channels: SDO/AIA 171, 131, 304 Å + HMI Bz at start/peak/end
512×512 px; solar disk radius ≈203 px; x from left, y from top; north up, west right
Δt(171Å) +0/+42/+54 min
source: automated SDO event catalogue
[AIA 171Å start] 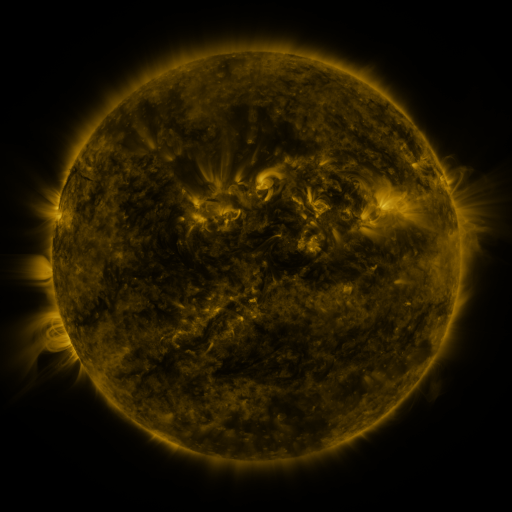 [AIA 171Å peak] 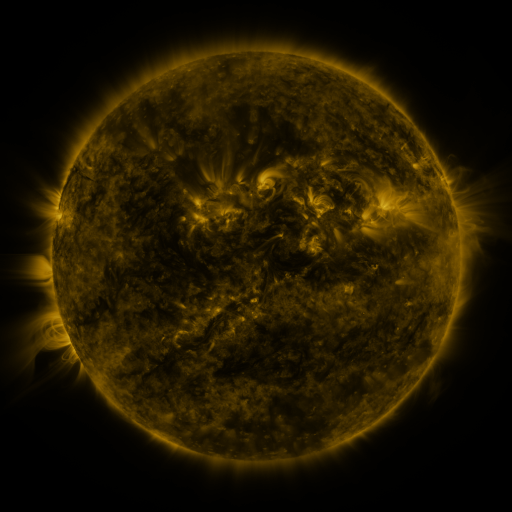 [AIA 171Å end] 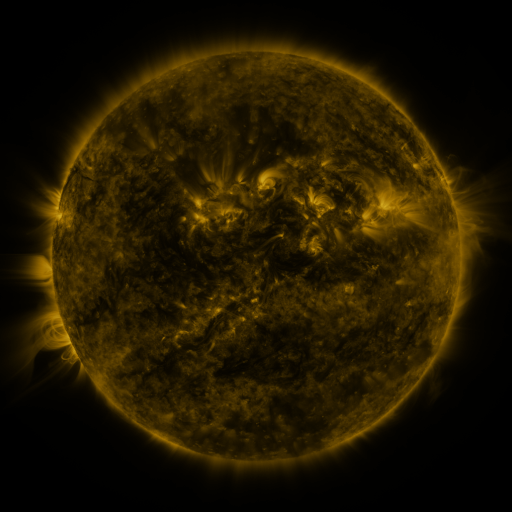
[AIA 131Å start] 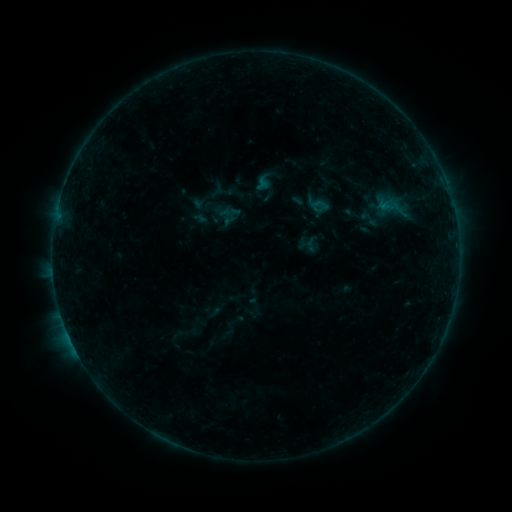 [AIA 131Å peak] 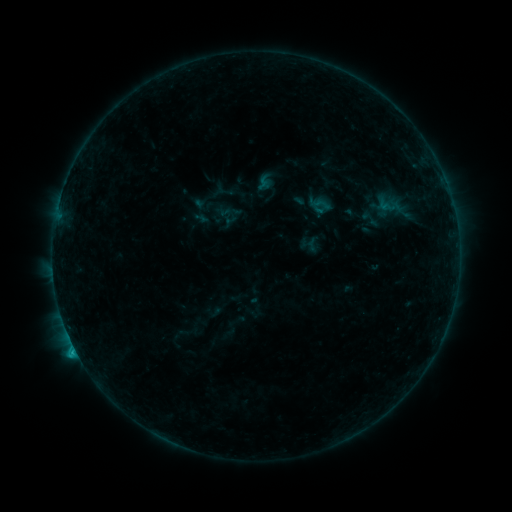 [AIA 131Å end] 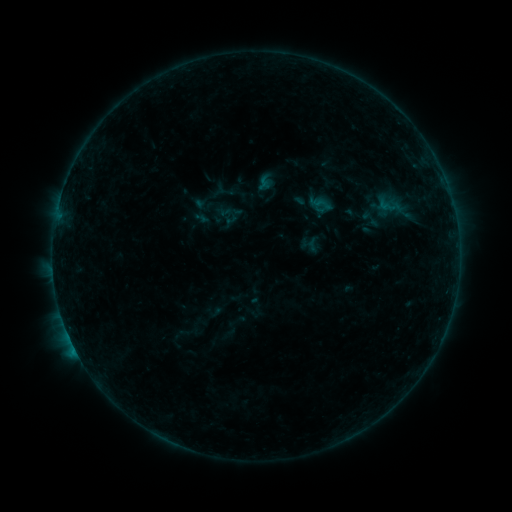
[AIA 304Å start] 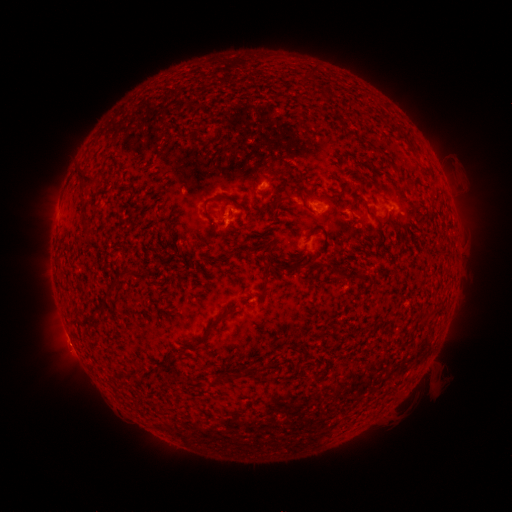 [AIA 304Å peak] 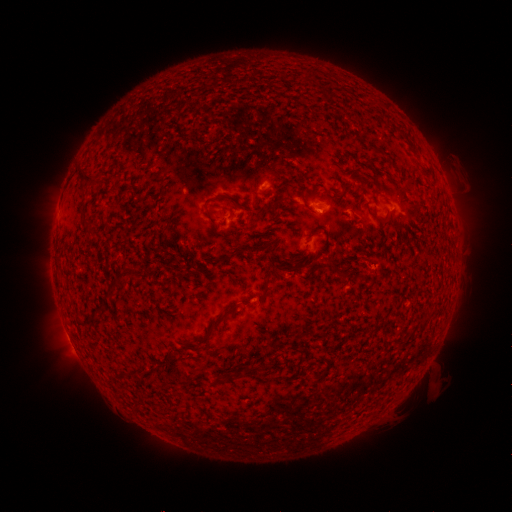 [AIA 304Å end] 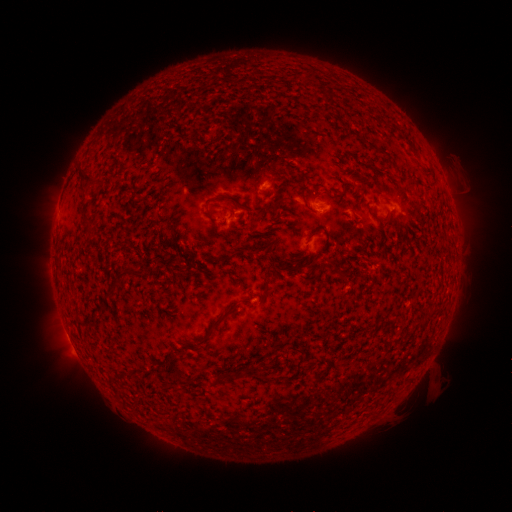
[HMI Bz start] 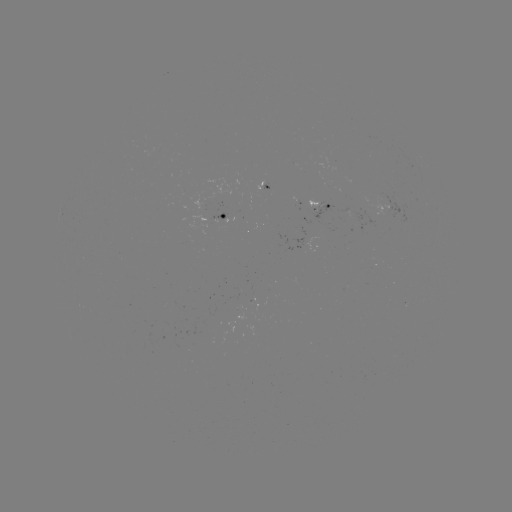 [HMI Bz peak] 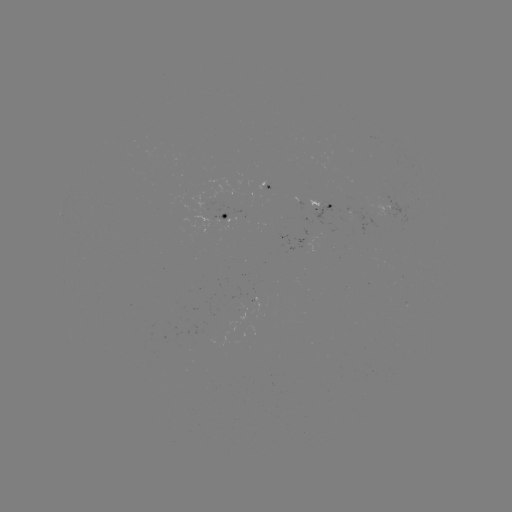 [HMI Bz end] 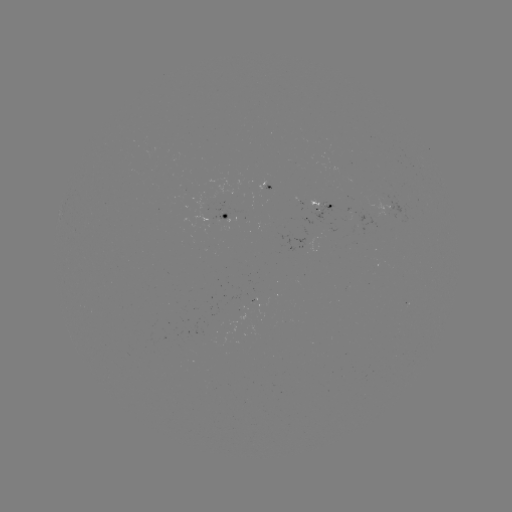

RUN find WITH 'B8.9 flare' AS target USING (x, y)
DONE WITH (75, 346) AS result